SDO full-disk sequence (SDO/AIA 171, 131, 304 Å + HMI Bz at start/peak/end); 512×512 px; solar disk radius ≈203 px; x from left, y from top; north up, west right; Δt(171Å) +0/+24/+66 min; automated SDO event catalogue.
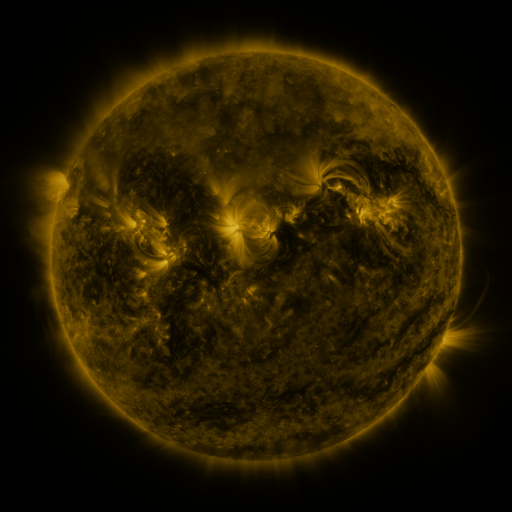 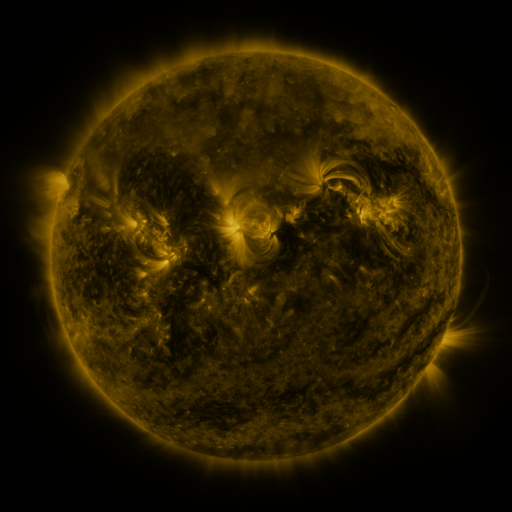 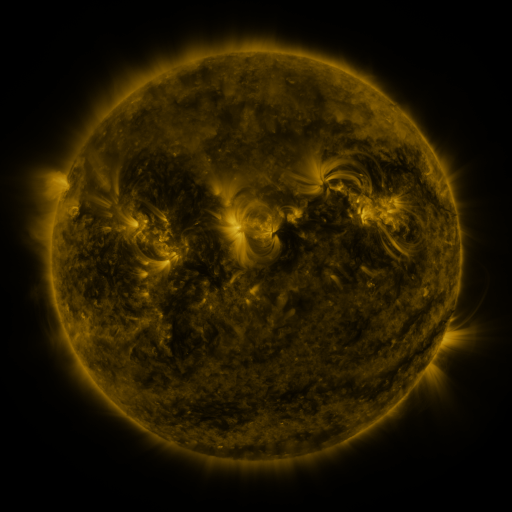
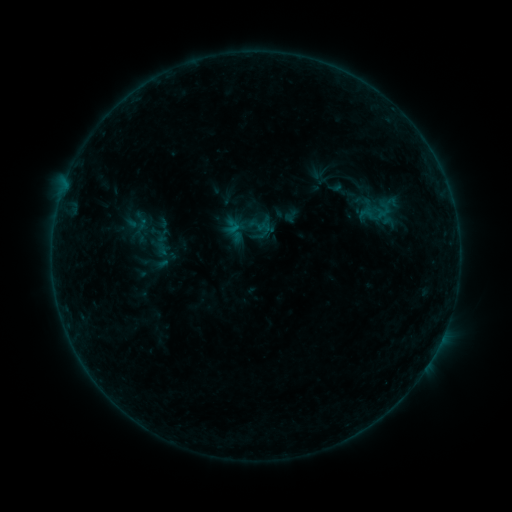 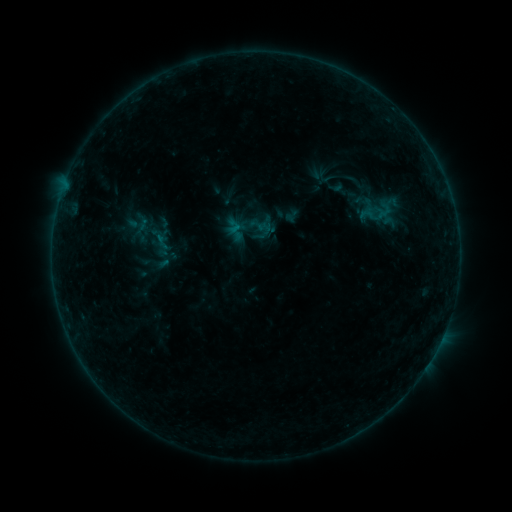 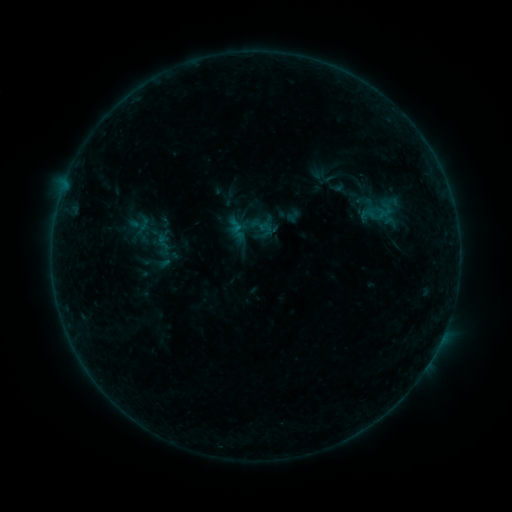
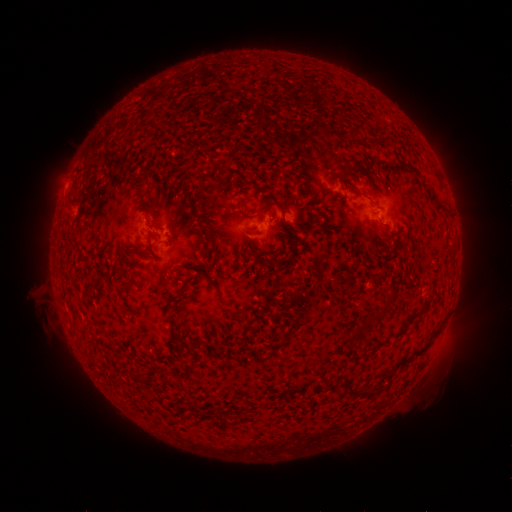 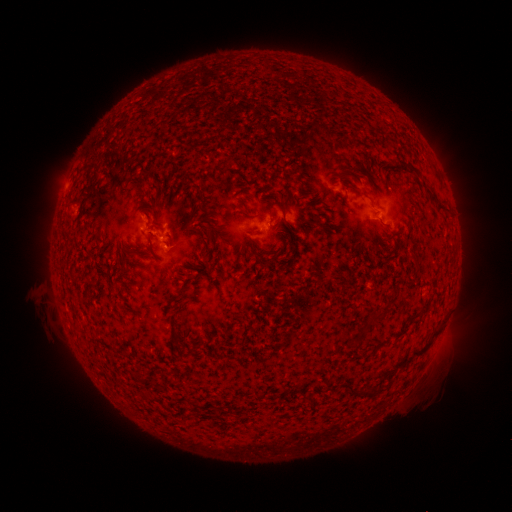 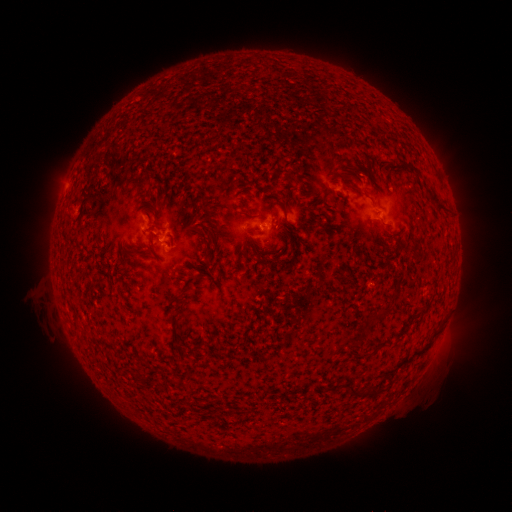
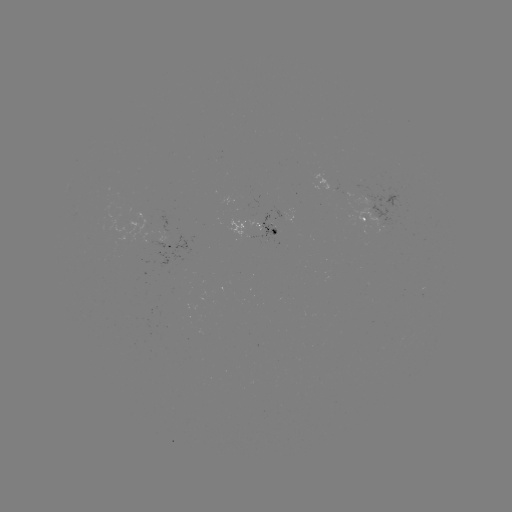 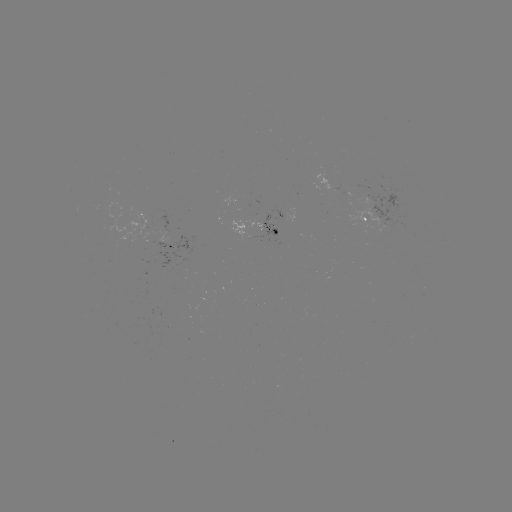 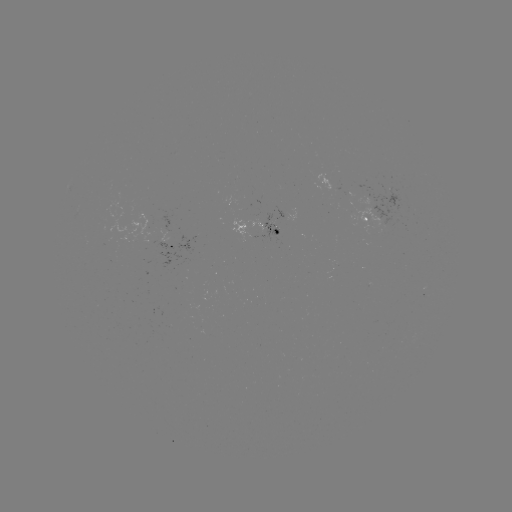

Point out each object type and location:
B3.7 flare: (160, 238)
